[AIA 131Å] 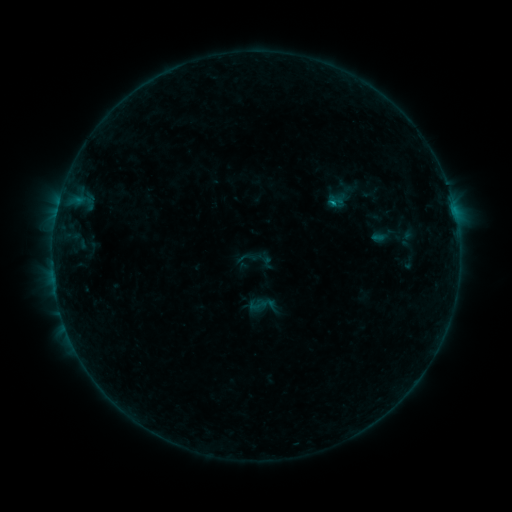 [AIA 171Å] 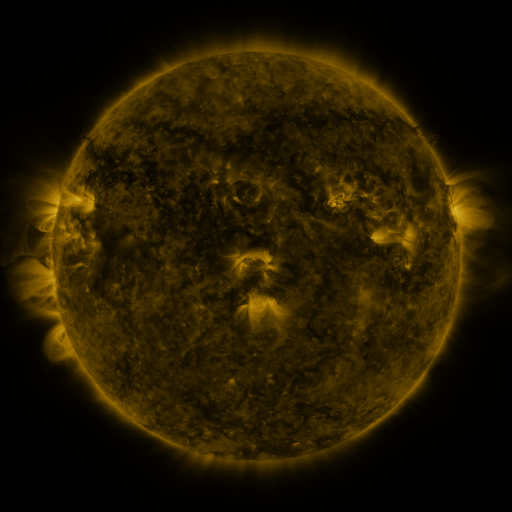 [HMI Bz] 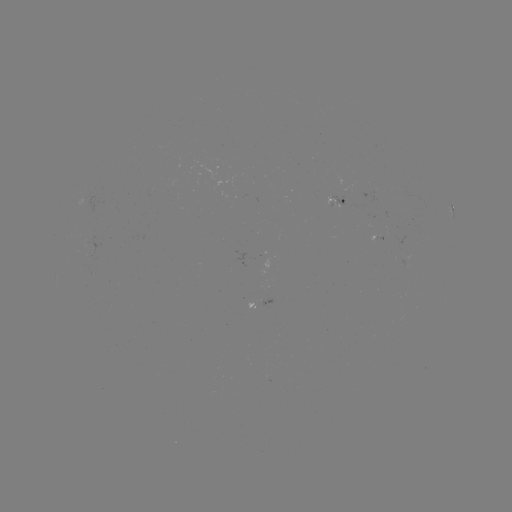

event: sigmoid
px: (258, 305)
